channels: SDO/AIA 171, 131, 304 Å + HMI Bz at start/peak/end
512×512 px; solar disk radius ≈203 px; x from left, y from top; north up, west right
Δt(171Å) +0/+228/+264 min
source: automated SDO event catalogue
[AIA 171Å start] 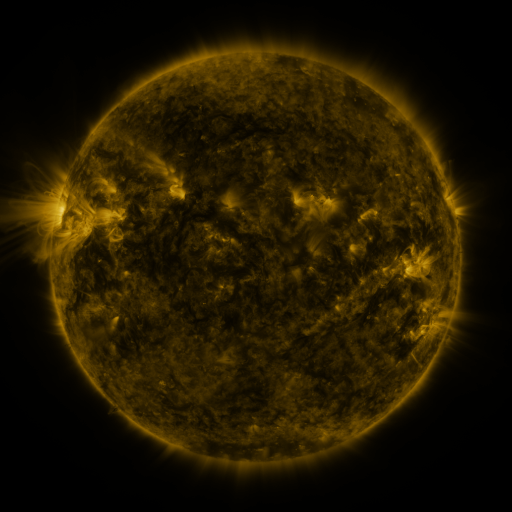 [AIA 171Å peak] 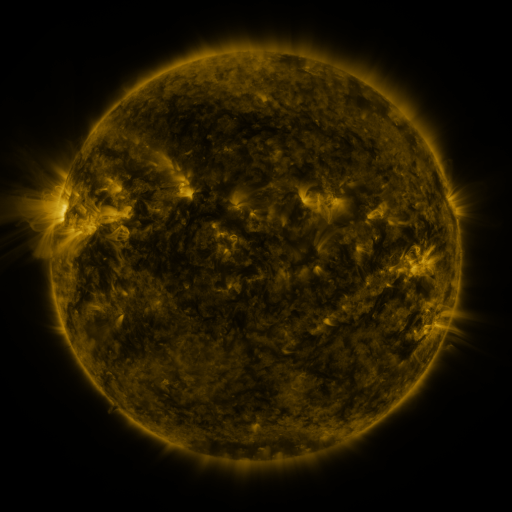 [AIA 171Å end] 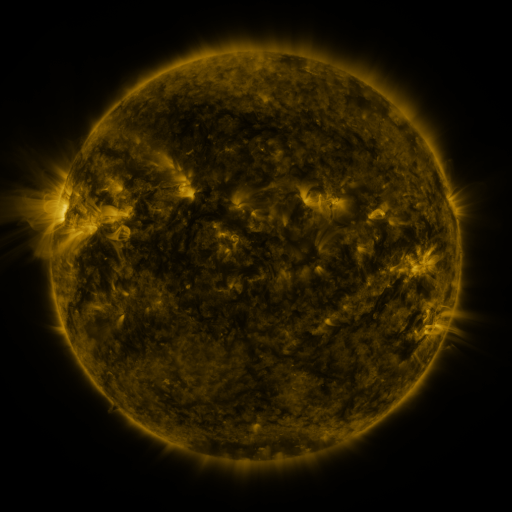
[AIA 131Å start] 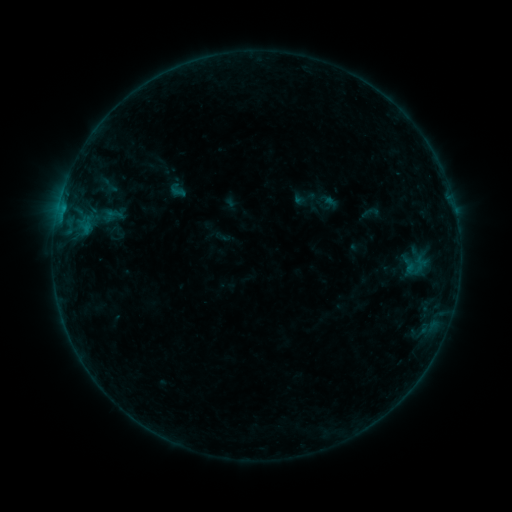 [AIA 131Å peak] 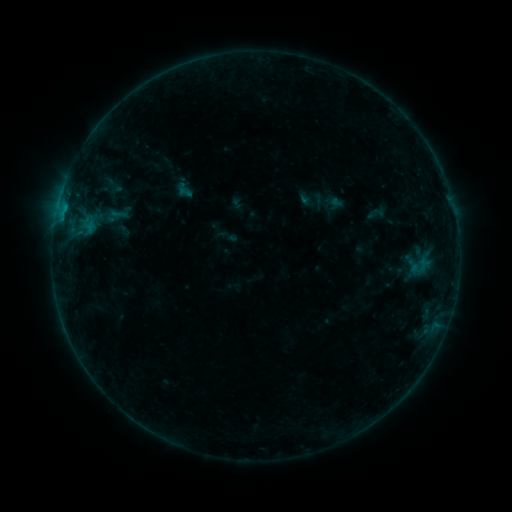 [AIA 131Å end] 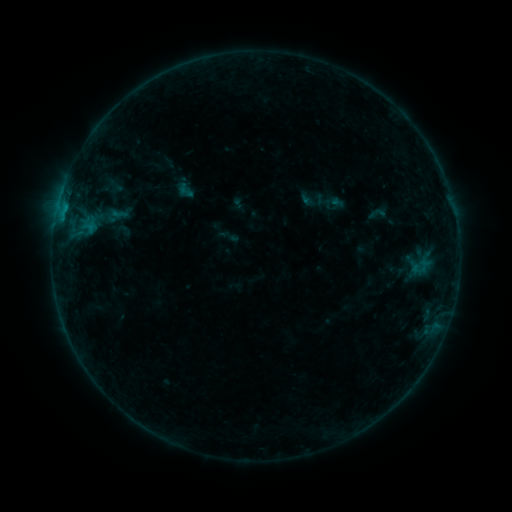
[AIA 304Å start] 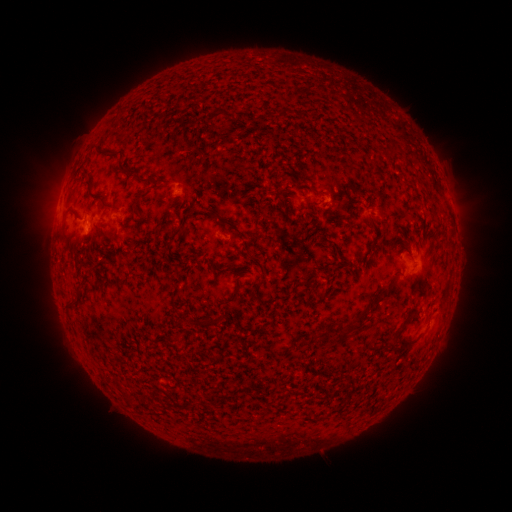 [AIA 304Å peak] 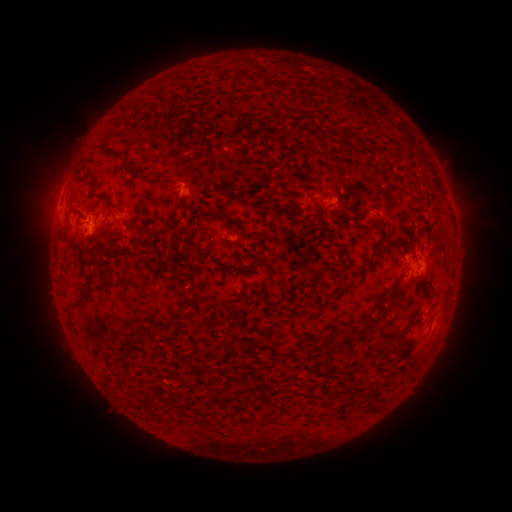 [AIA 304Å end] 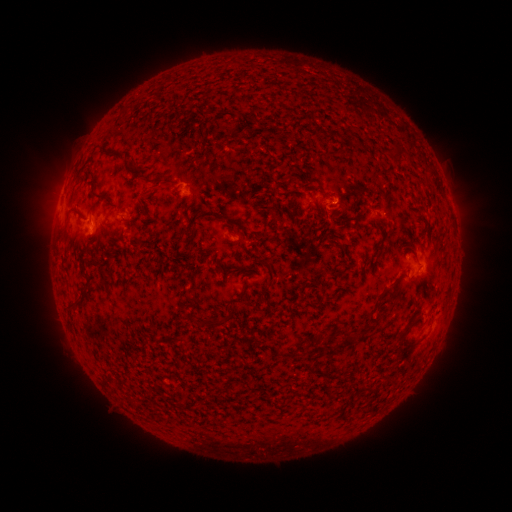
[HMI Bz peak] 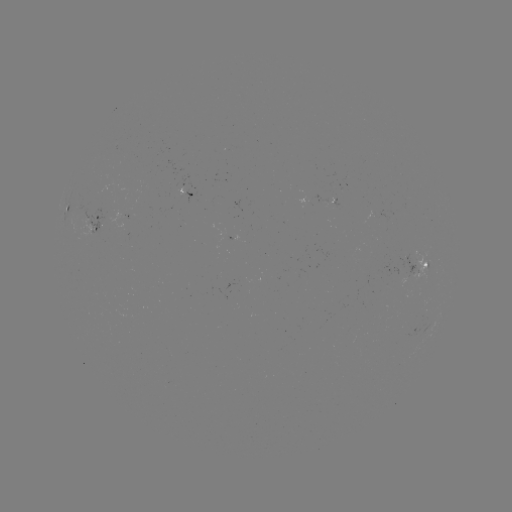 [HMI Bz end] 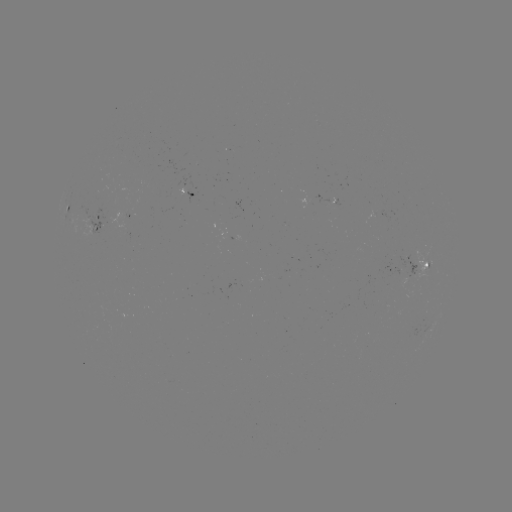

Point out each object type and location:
emerging-flux region: (407, 261)
